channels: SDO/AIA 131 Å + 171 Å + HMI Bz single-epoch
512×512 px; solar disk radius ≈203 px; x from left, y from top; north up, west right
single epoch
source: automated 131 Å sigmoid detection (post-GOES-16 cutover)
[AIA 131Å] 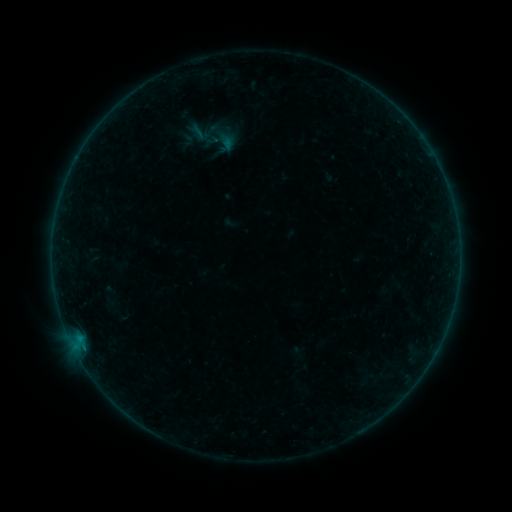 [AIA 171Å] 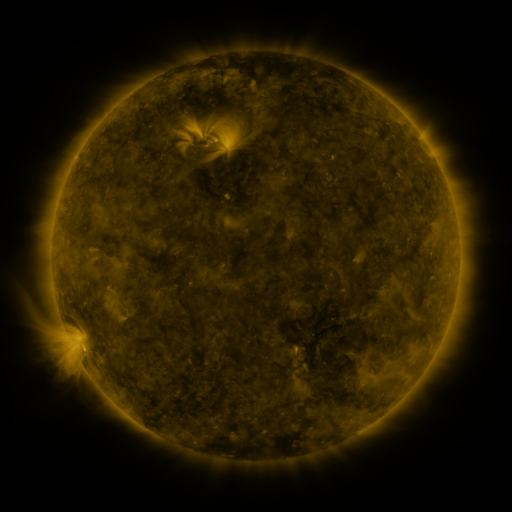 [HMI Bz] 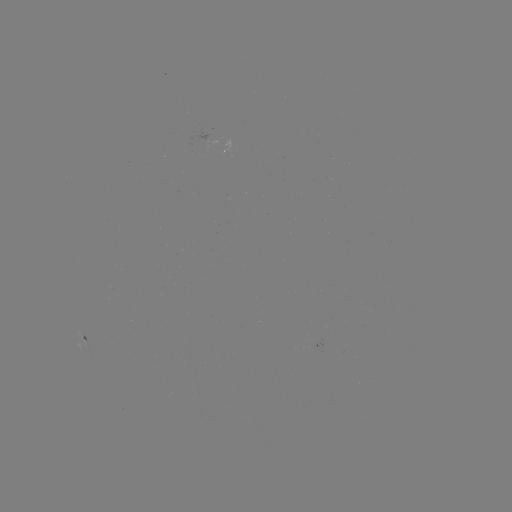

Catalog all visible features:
sigmoid: (201, 135)
